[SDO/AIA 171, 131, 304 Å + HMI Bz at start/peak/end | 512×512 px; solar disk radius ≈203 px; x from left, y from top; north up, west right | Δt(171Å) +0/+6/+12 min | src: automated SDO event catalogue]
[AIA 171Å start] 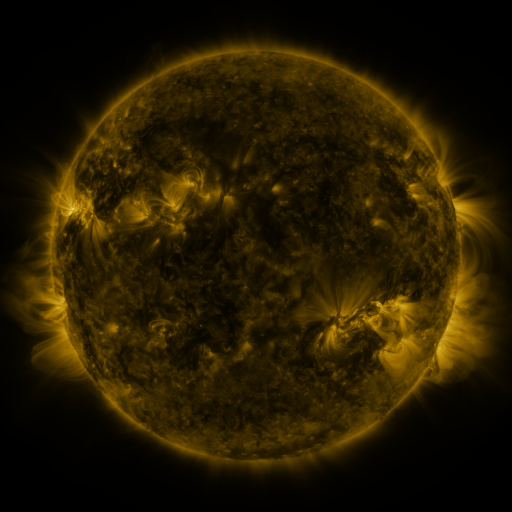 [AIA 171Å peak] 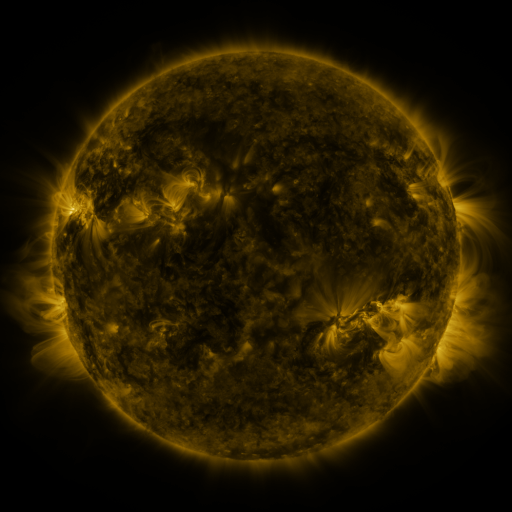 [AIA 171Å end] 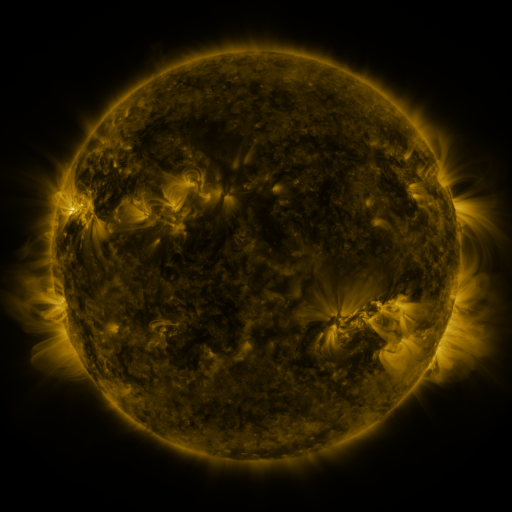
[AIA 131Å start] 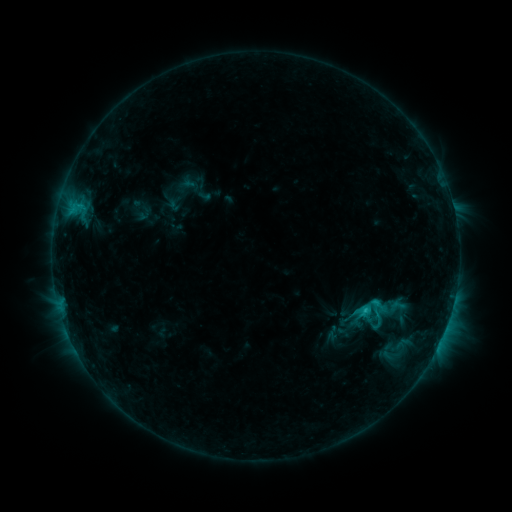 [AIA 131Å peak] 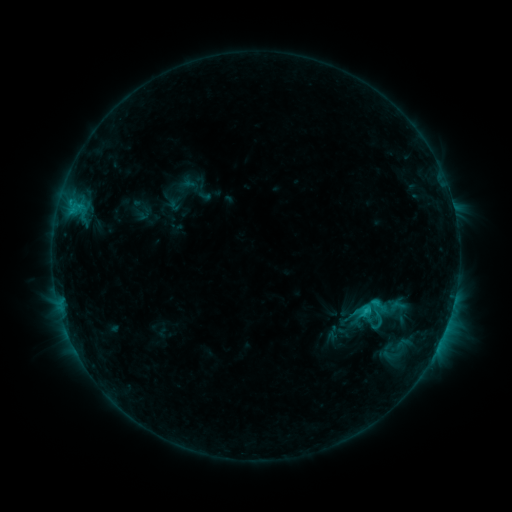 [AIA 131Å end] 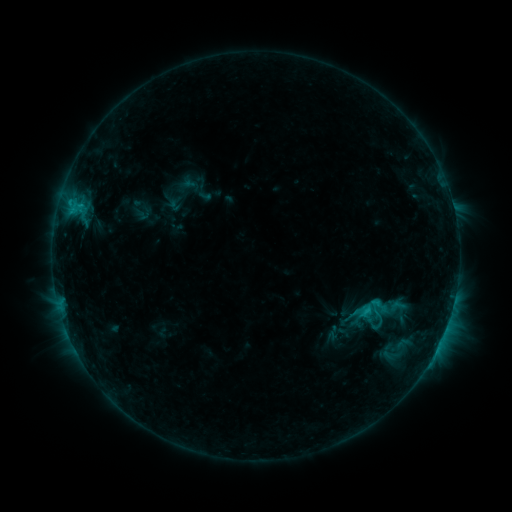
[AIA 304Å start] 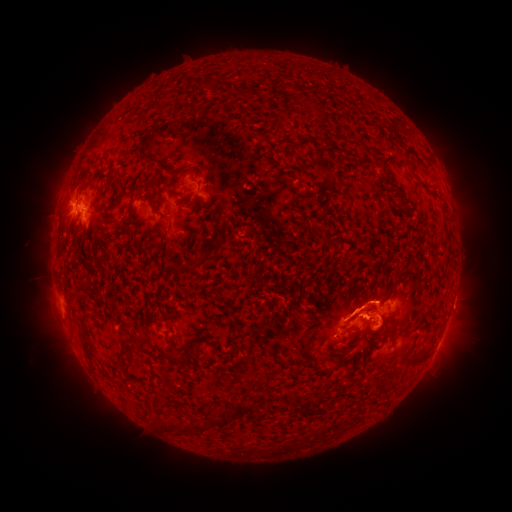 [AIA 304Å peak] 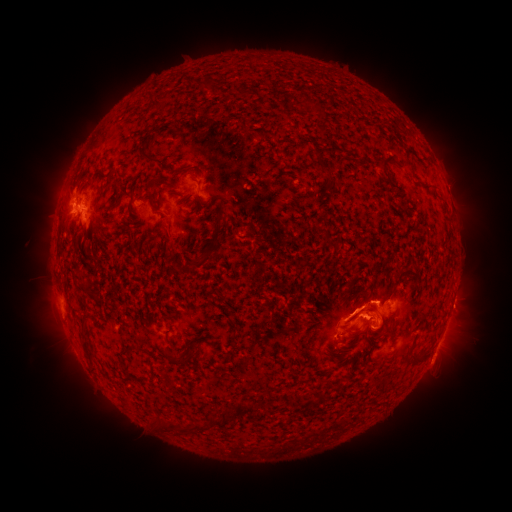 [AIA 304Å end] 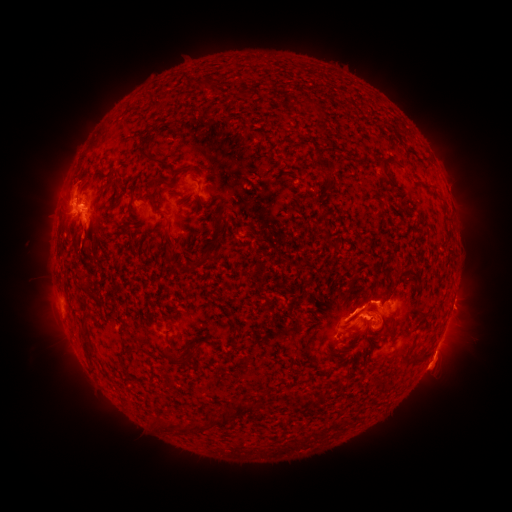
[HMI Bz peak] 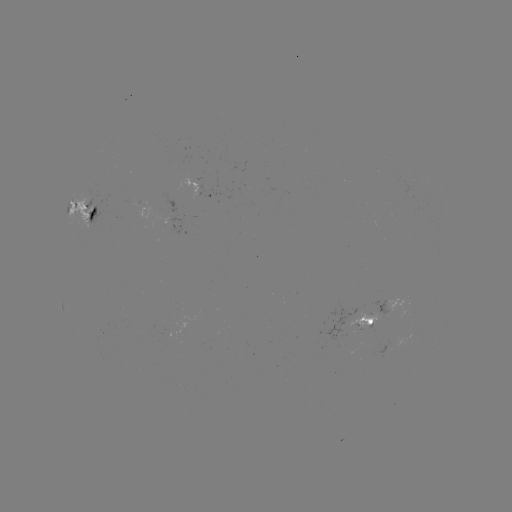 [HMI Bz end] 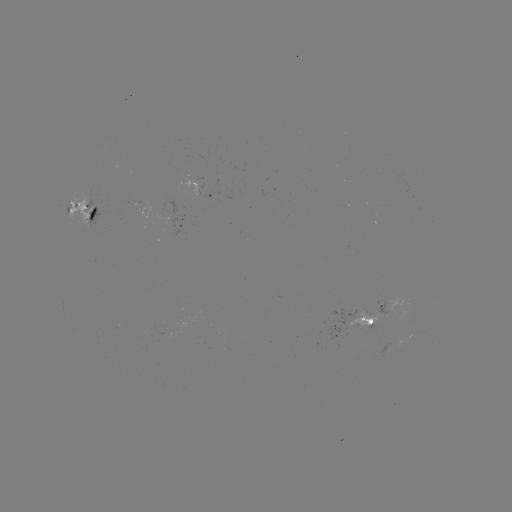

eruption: (39, 154, 96, 209)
